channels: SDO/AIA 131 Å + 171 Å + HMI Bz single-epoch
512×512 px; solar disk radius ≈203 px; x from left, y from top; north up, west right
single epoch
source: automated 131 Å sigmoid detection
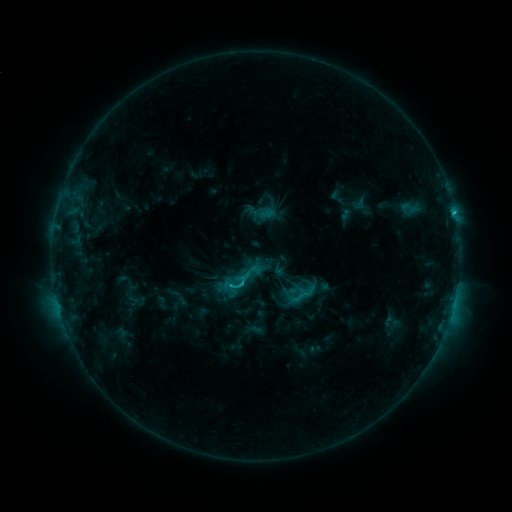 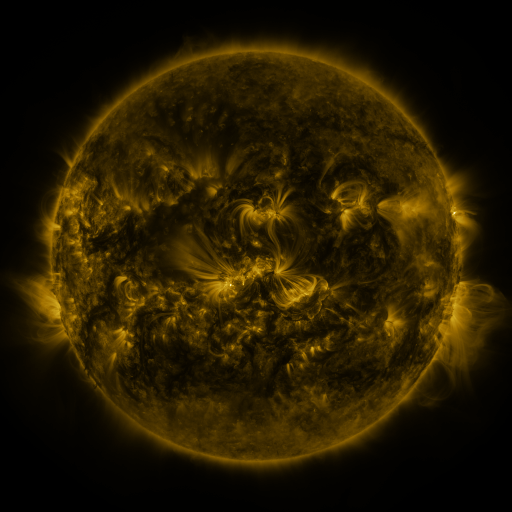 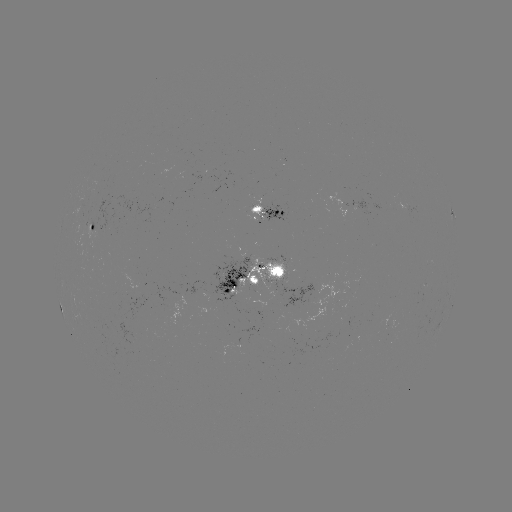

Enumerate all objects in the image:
sigmoid: (238, 284)
